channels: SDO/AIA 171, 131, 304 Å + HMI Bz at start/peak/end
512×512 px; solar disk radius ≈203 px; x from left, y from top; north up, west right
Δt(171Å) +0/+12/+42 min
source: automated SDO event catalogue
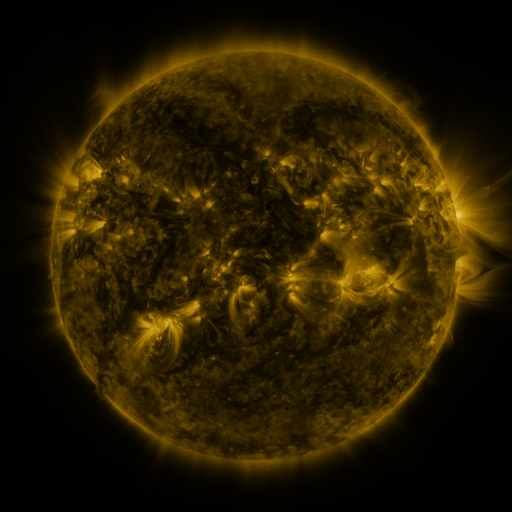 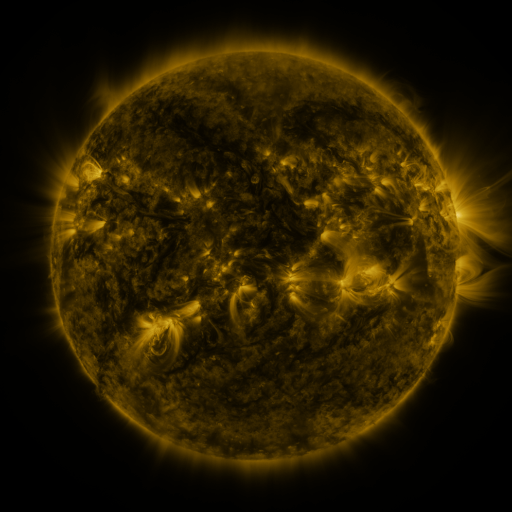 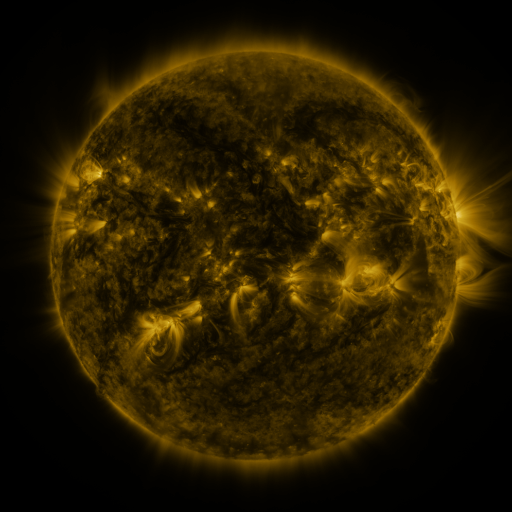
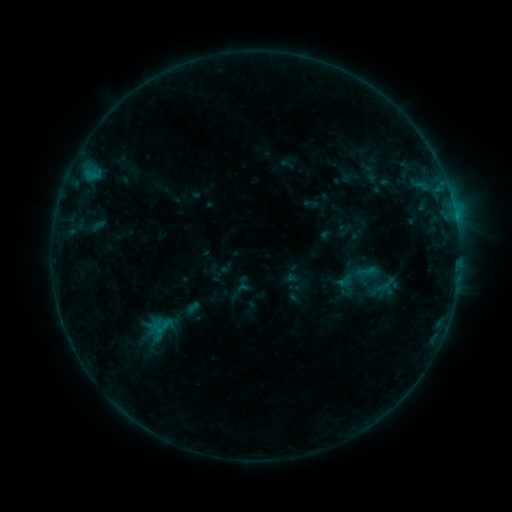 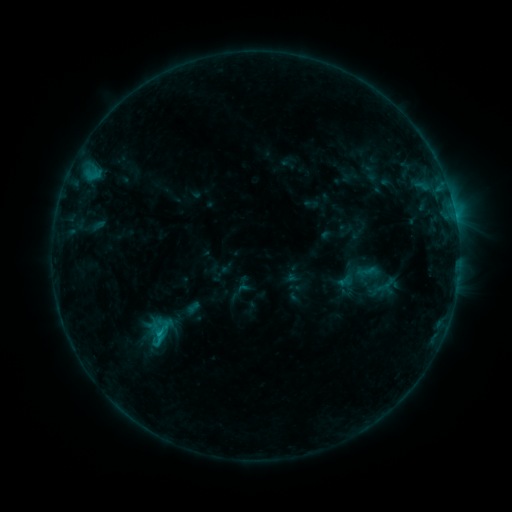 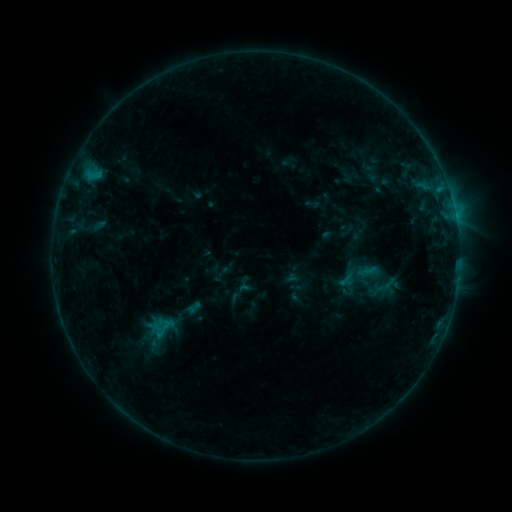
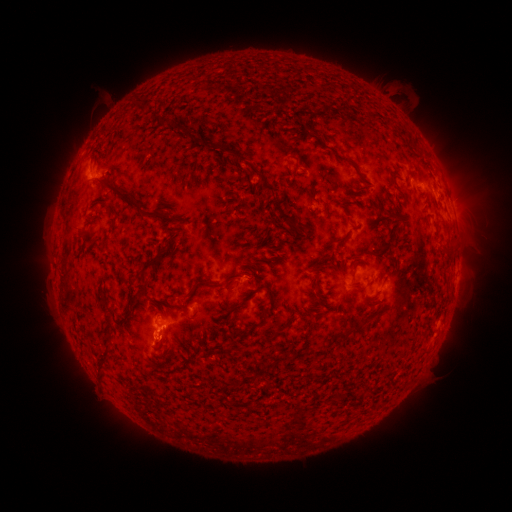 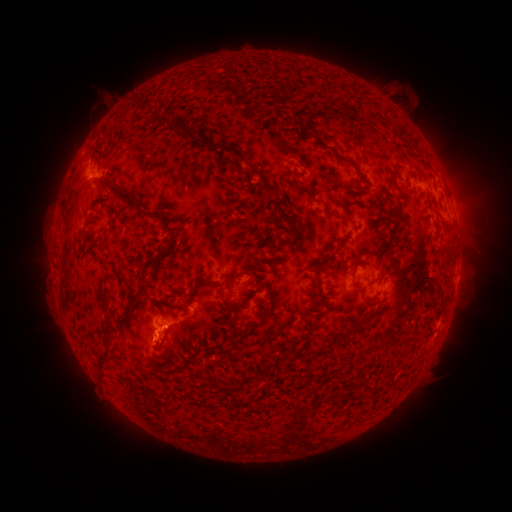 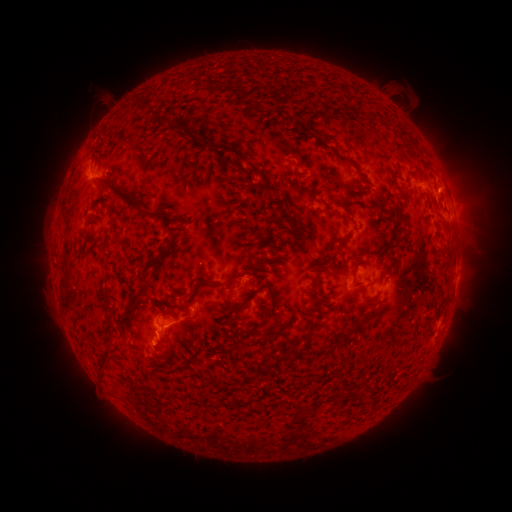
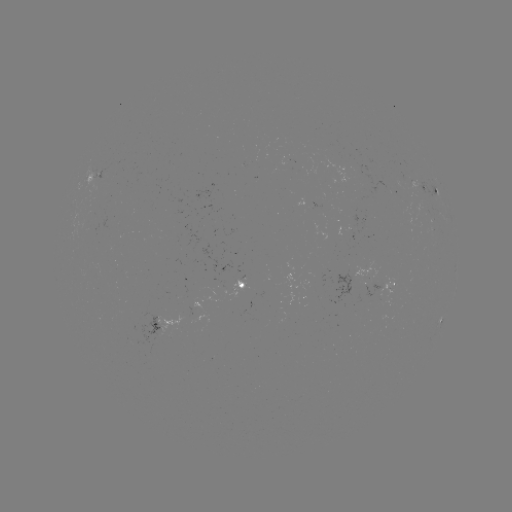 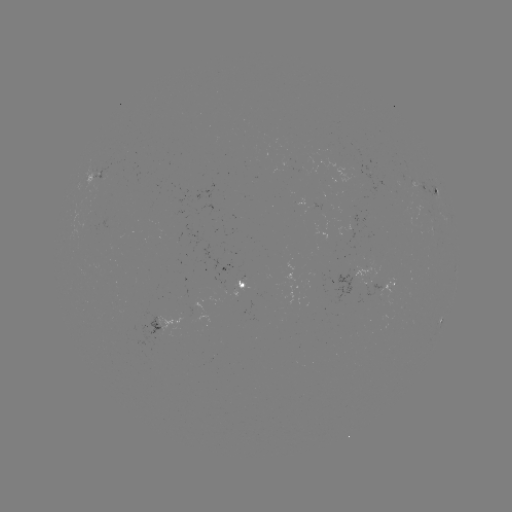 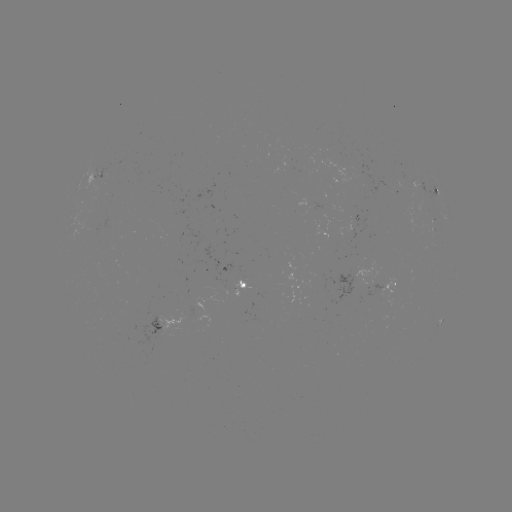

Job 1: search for B9.7 flare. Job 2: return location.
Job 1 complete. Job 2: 160,332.